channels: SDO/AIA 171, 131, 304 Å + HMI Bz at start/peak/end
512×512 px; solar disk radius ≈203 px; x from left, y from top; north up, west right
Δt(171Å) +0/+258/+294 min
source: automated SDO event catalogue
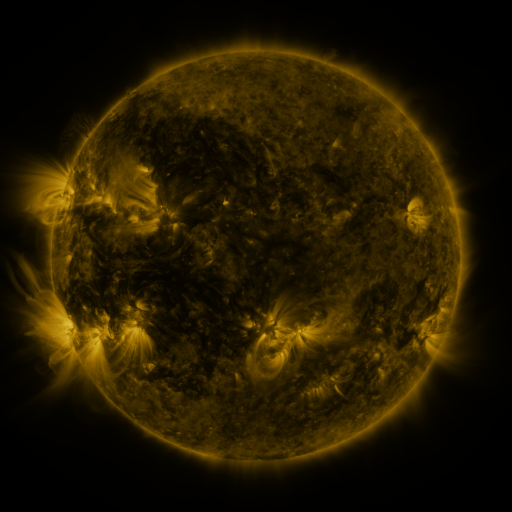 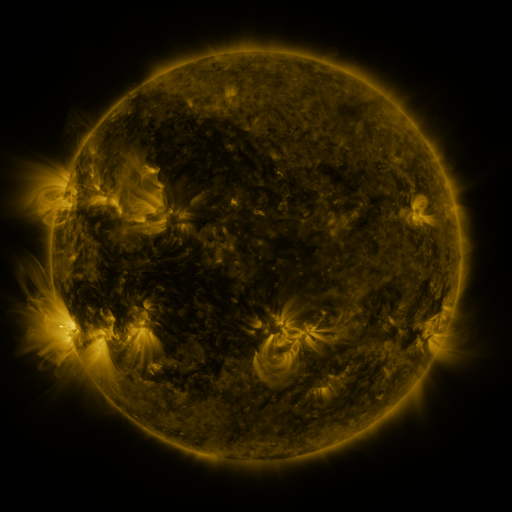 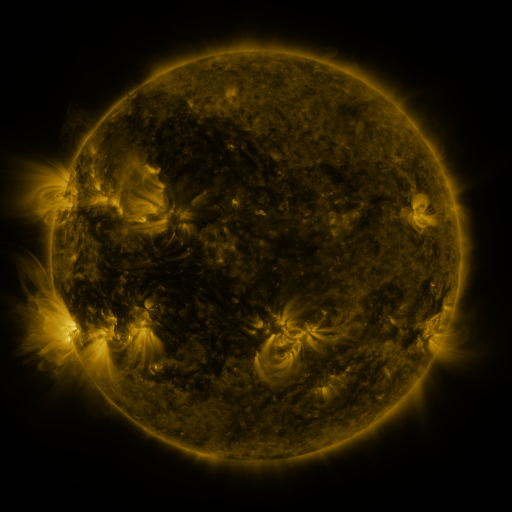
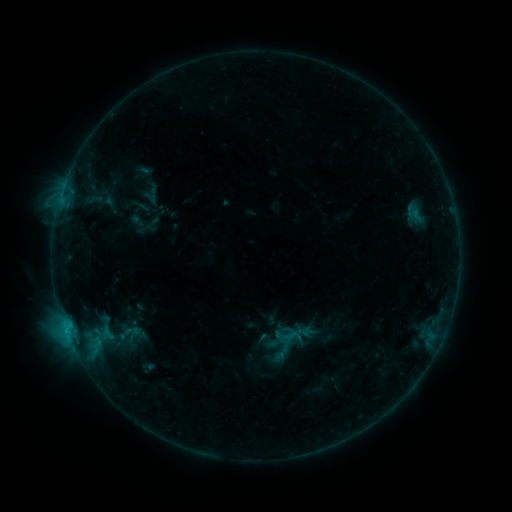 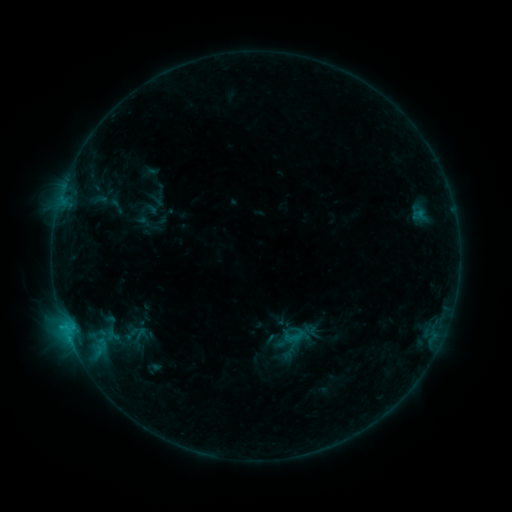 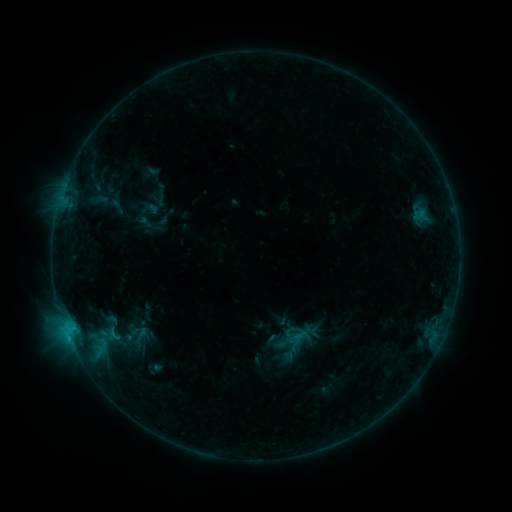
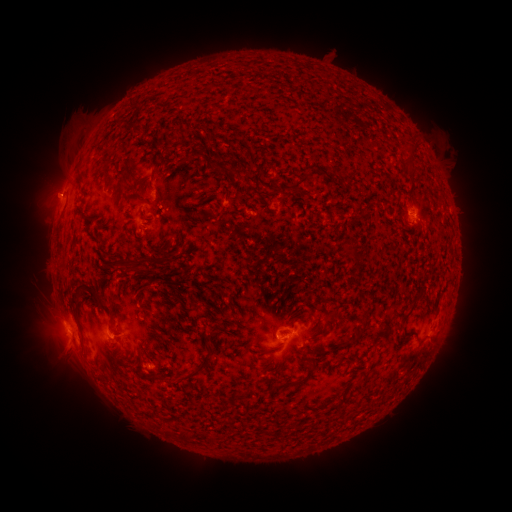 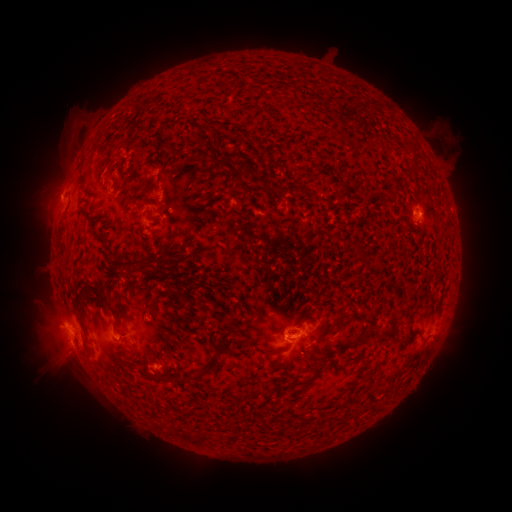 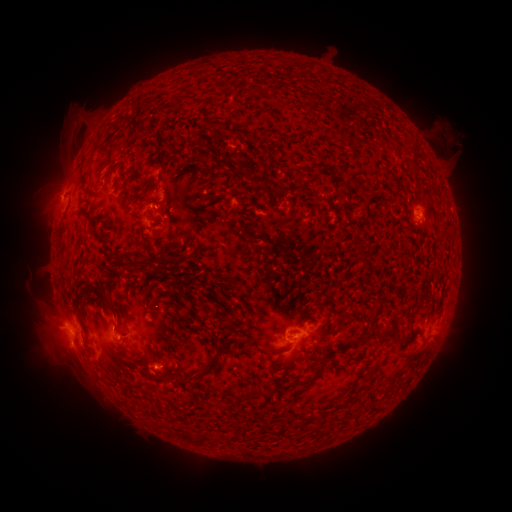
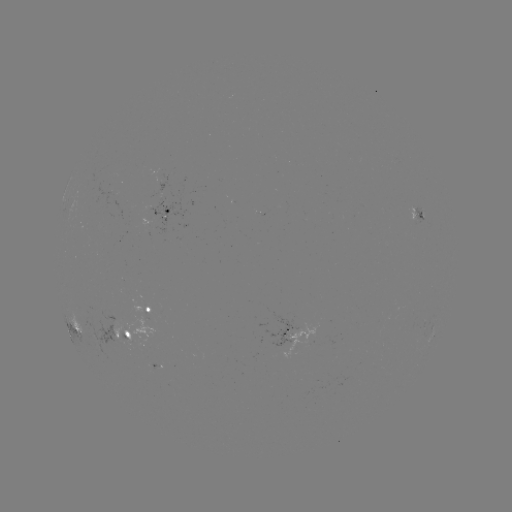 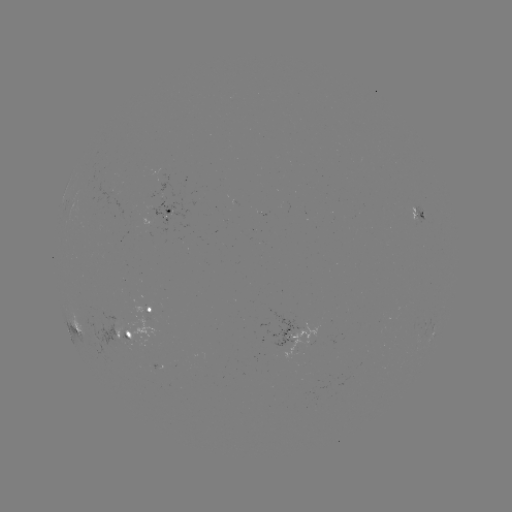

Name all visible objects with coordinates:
emerging-flux region: (157, 366)
